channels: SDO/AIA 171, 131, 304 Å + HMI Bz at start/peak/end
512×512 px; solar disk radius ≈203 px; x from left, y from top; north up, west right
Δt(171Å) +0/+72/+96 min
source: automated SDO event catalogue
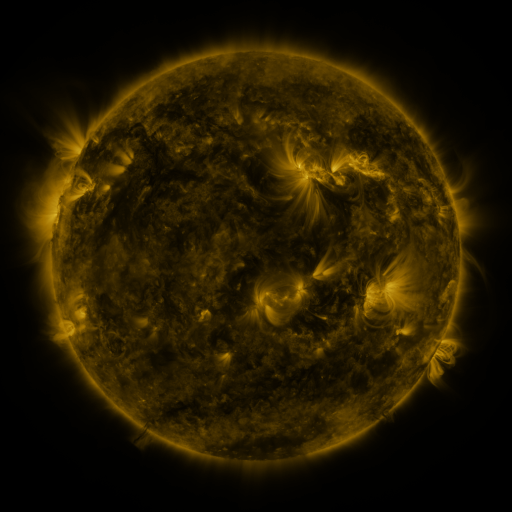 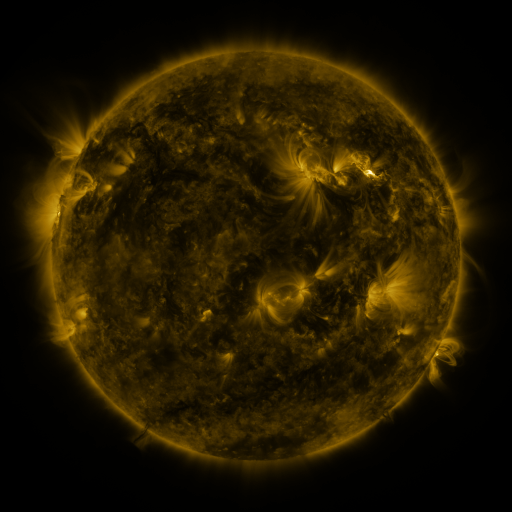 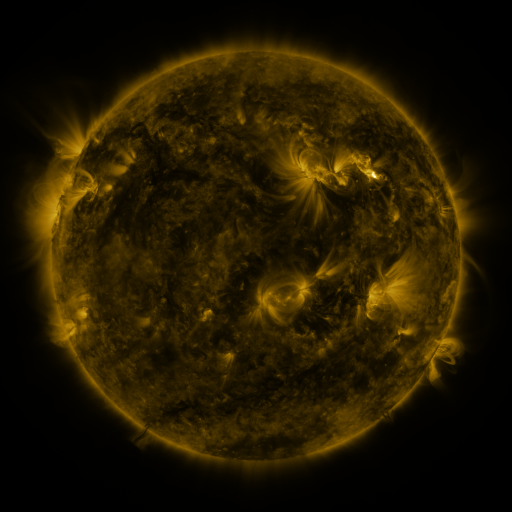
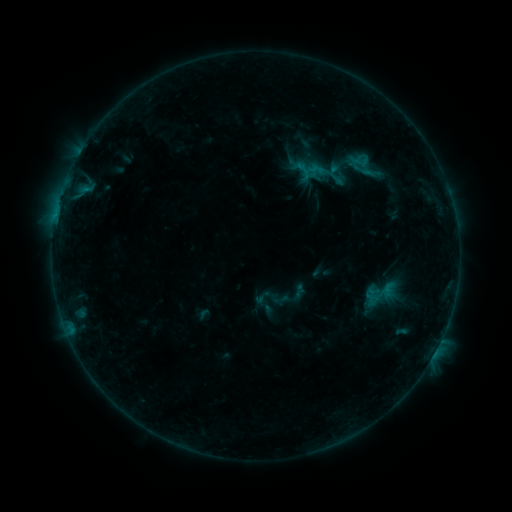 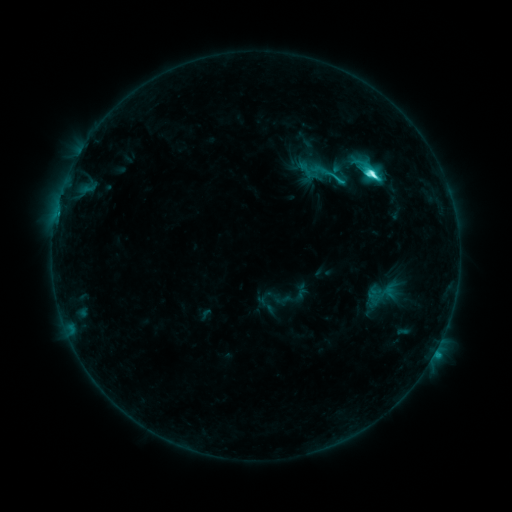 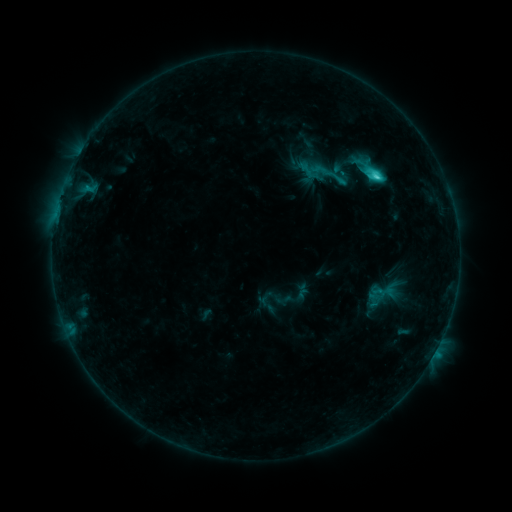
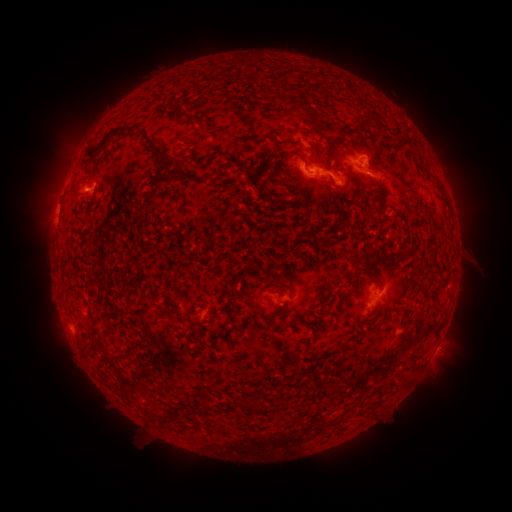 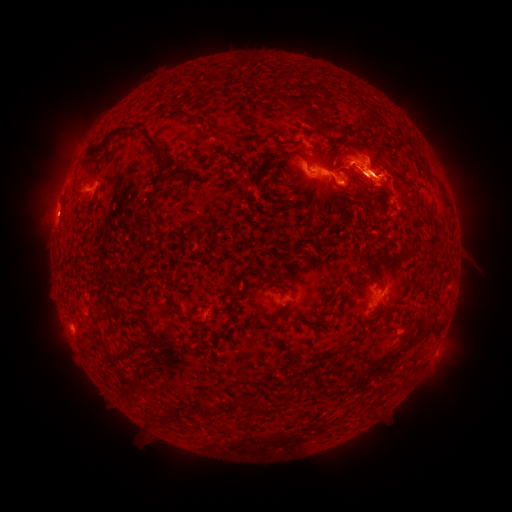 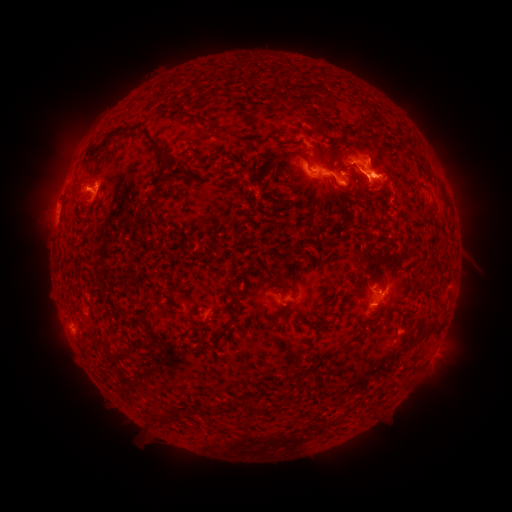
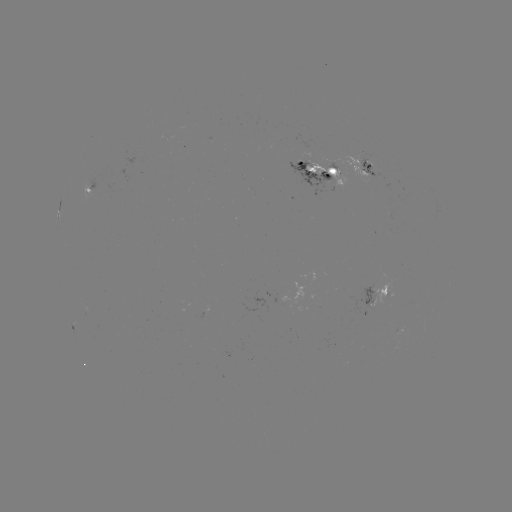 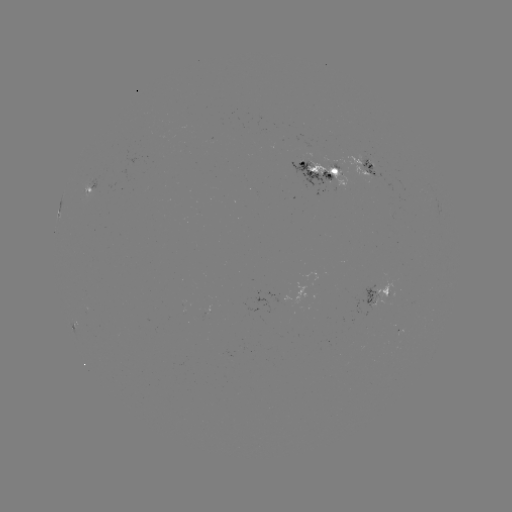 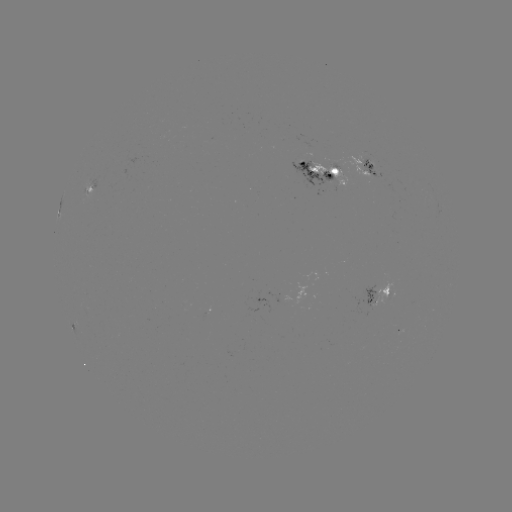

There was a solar flare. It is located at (369, 173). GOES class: C8.0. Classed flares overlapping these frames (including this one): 2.